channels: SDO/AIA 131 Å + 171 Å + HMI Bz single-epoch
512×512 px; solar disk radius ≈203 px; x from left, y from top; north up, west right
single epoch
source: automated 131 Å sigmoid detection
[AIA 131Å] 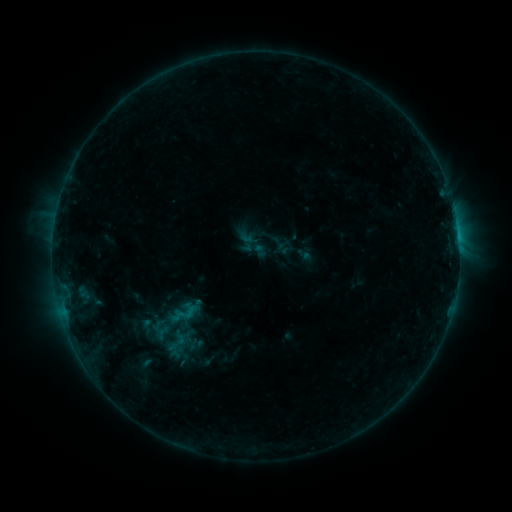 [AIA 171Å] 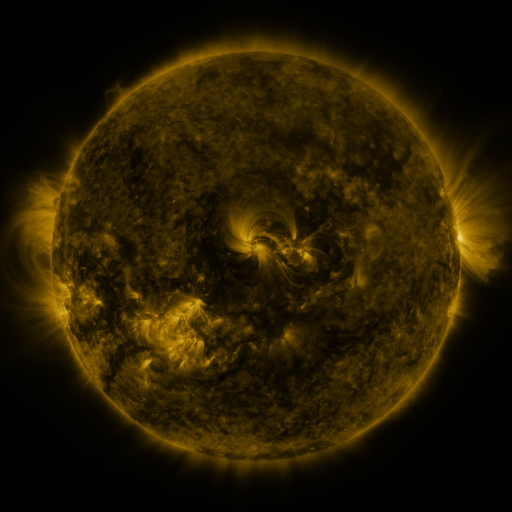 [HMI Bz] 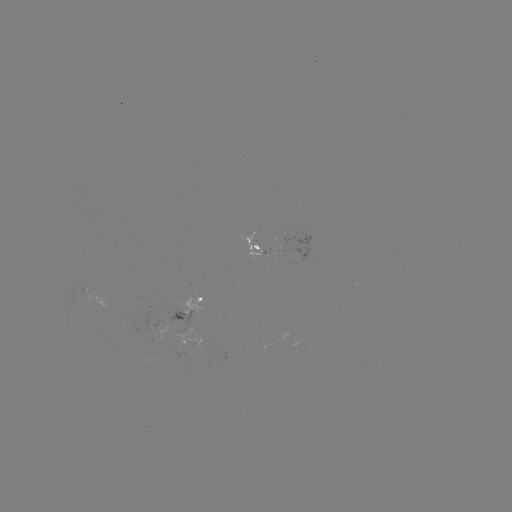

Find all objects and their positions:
sigmoid: (186, 312)
sigmoid: (162, 333)
